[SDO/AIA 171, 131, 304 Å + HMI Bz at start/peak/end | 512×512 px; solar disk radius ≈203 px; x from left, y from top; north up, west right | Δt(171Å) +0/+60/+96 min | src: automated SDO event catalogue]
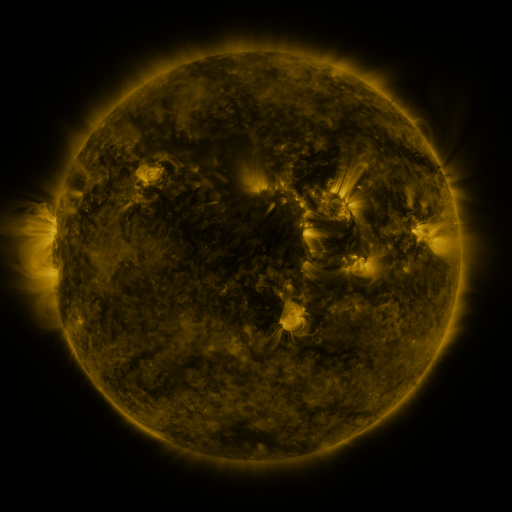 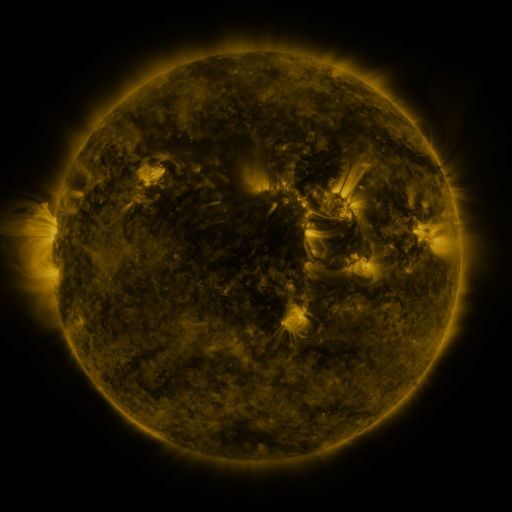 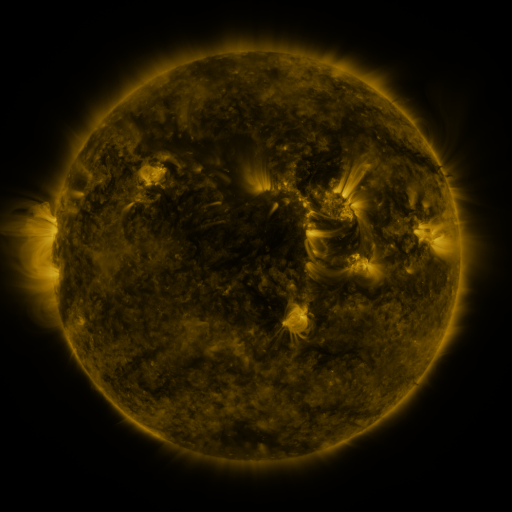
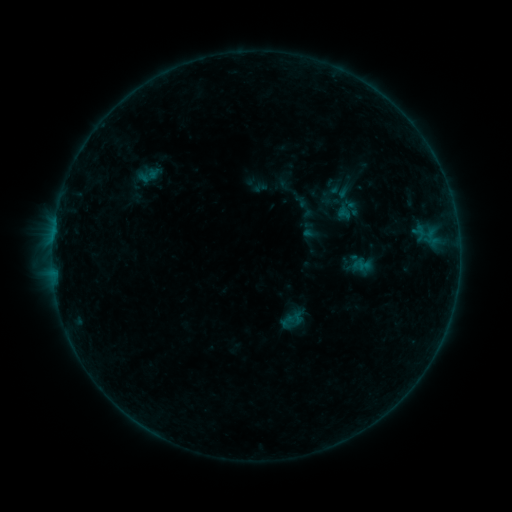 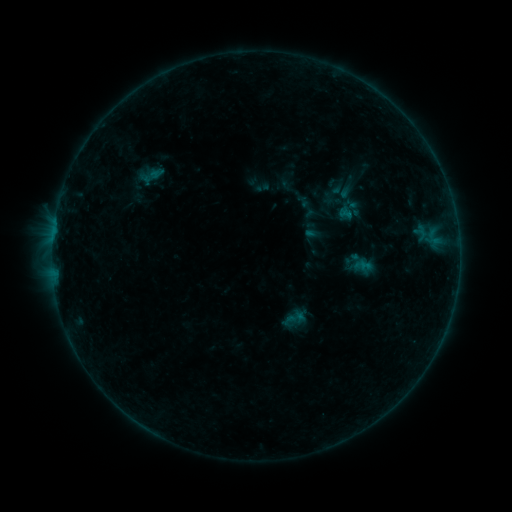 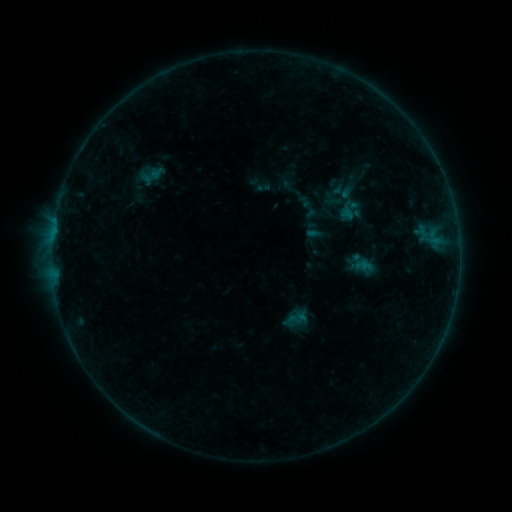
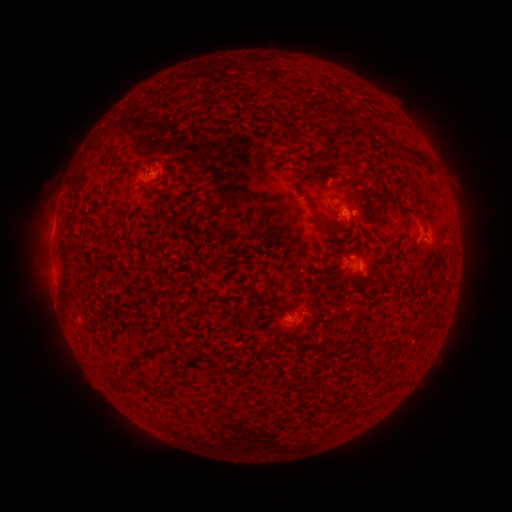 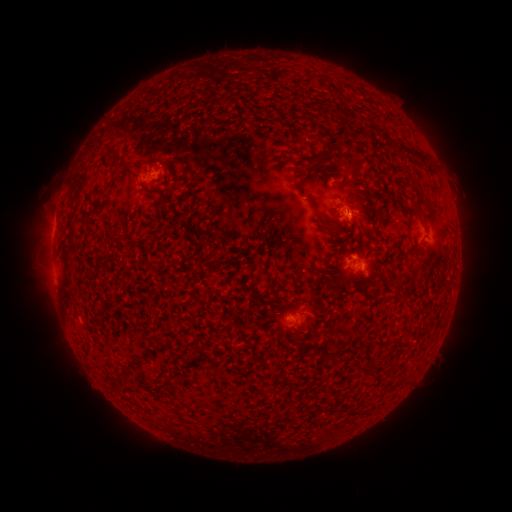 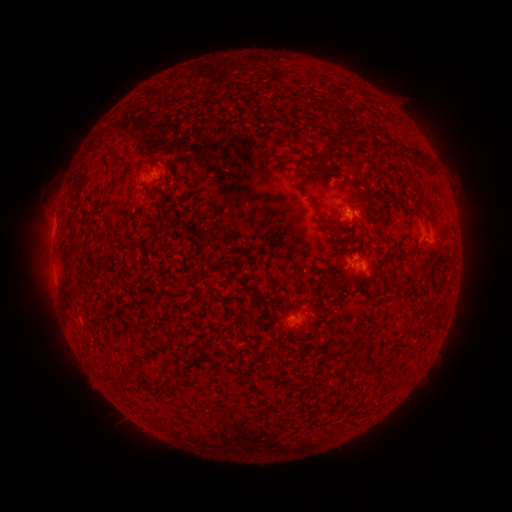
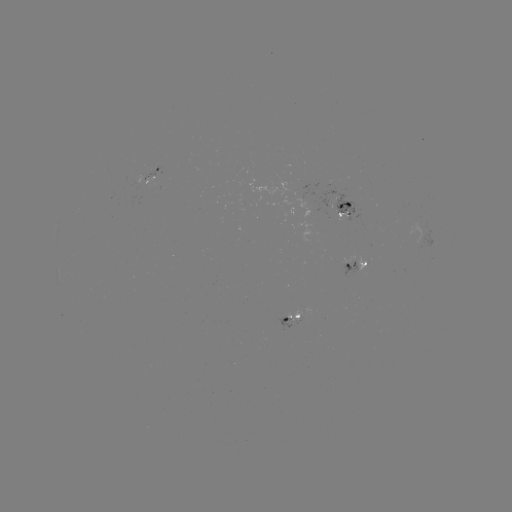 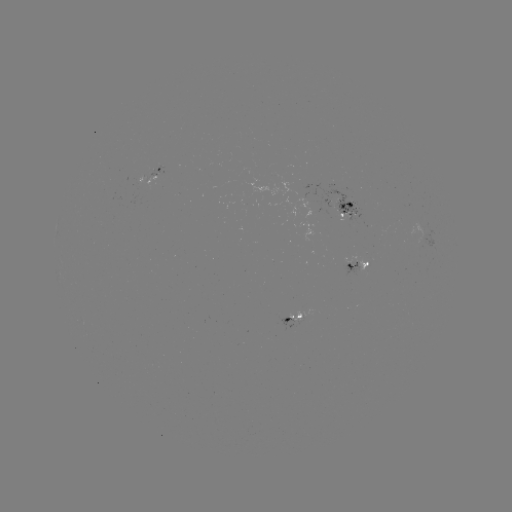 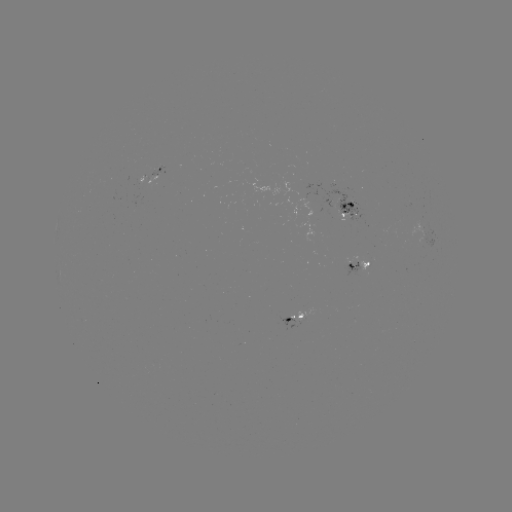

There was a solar emerging-flux region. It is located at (339, 208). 